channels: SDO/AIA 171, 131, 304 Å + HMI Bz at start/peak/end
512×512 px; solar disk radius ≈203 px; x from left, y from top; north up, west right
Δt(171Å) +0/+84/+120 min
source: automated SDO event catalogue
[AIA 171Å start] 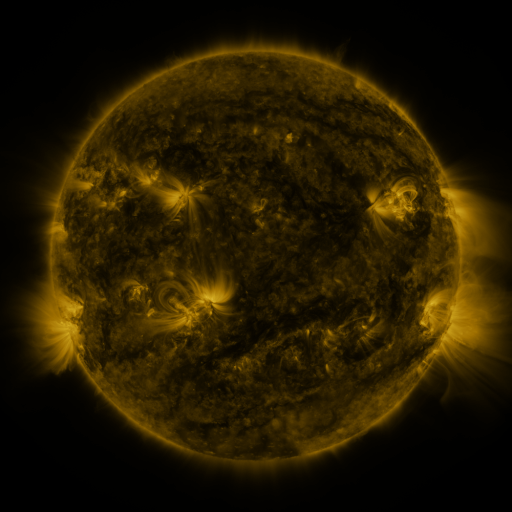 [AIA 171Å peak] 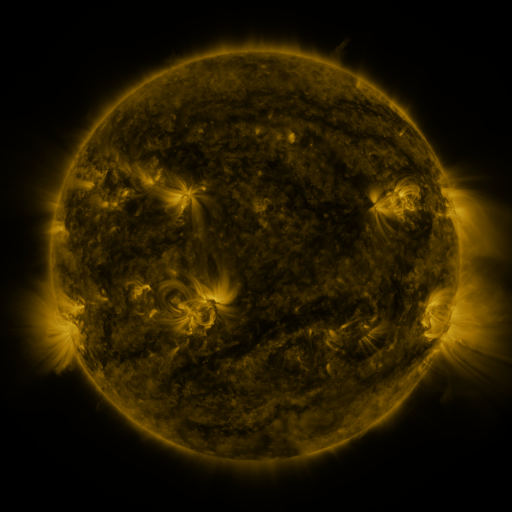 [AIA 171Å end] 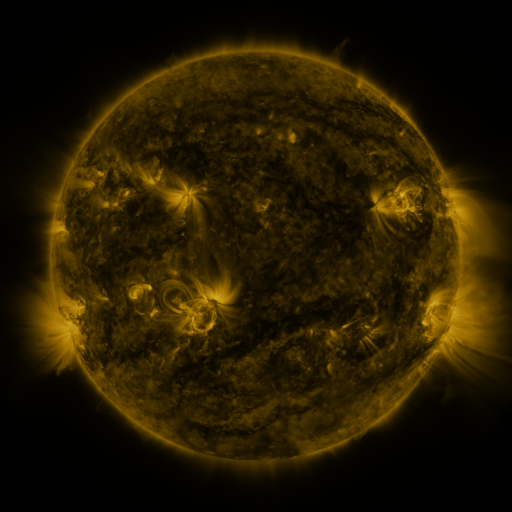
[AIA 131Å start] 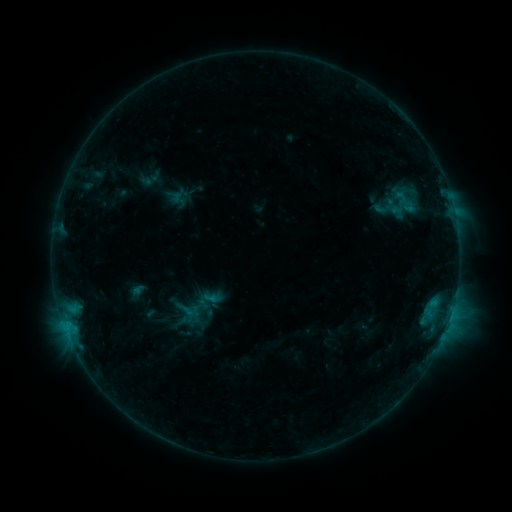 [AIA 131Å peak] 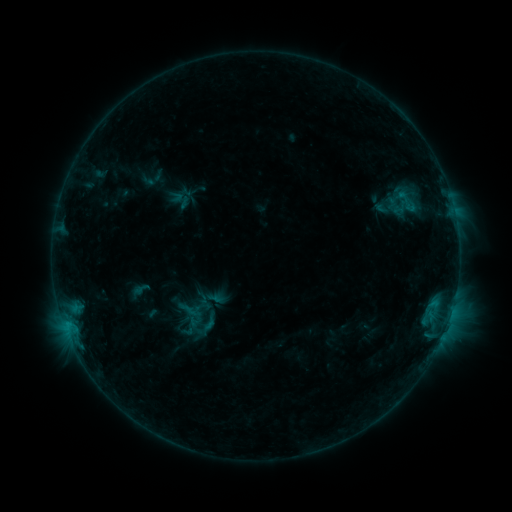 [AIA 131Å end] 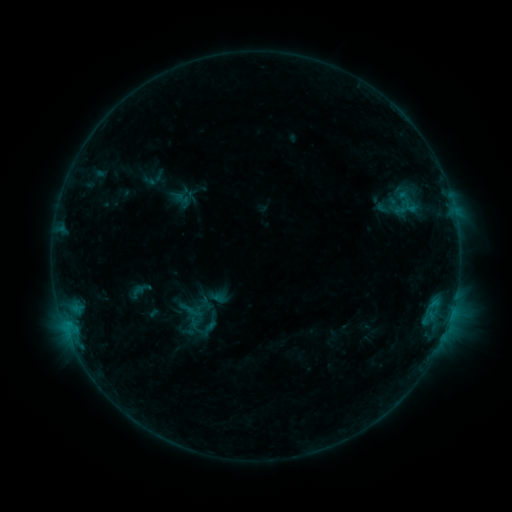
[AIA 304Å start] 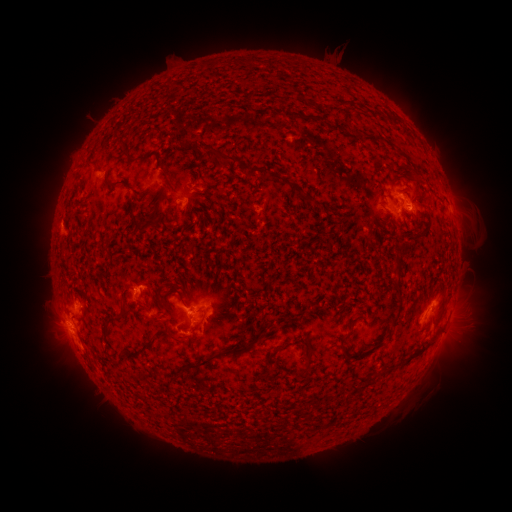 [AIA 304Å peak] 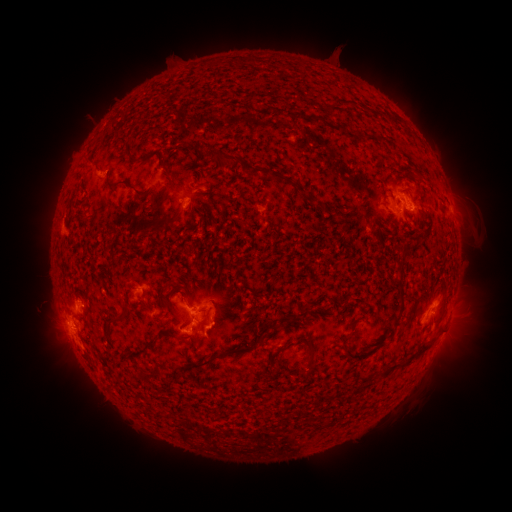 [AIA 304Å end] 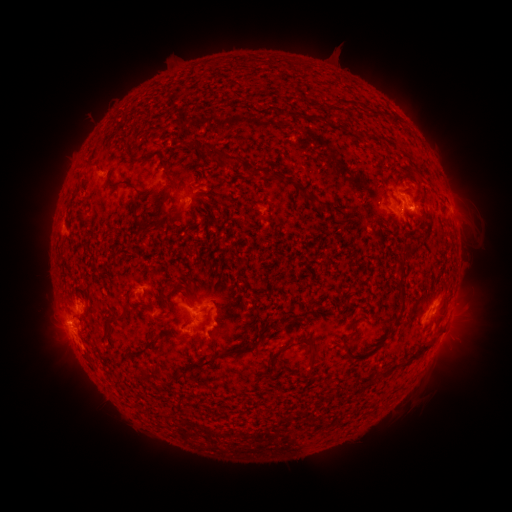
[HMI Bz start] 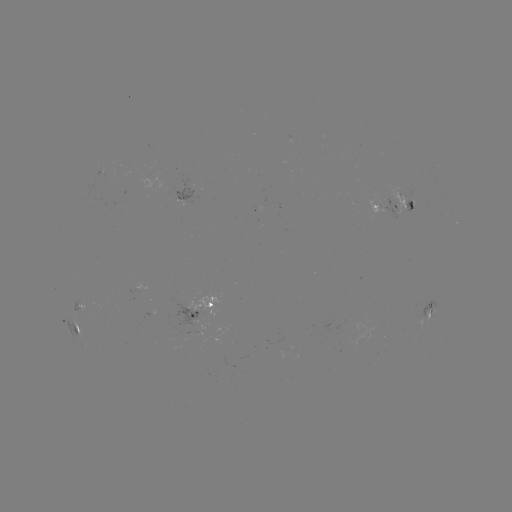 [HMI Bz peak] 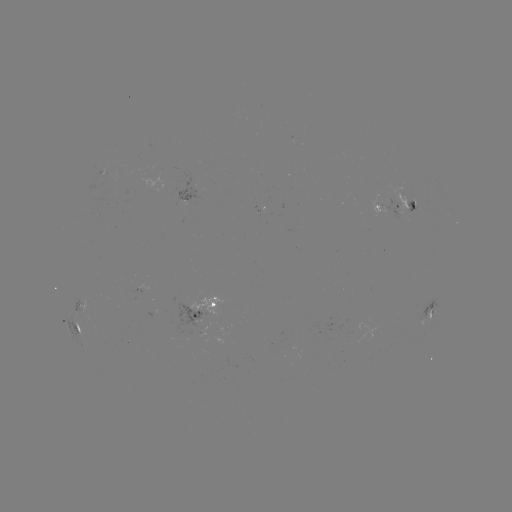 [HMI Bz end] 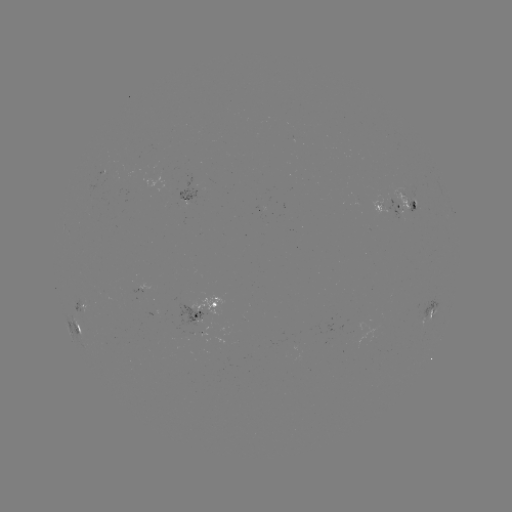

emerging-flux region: (385, 199, 405, 221)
